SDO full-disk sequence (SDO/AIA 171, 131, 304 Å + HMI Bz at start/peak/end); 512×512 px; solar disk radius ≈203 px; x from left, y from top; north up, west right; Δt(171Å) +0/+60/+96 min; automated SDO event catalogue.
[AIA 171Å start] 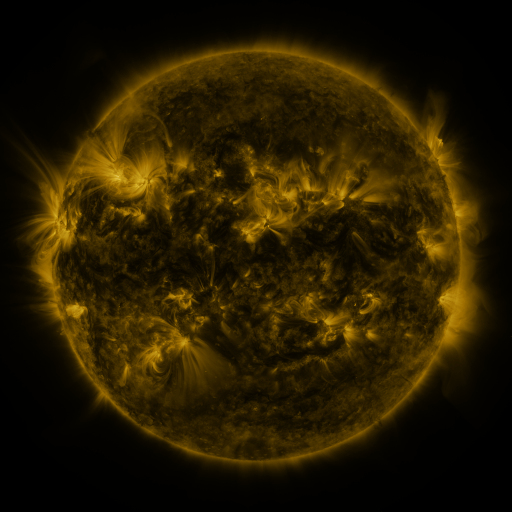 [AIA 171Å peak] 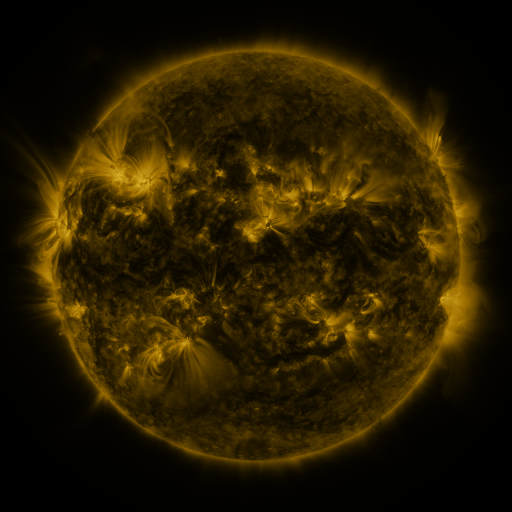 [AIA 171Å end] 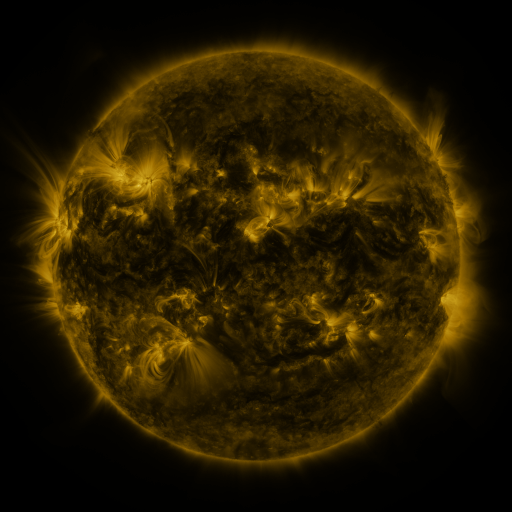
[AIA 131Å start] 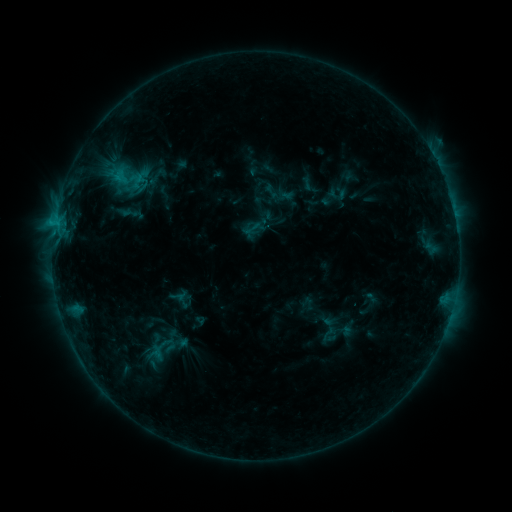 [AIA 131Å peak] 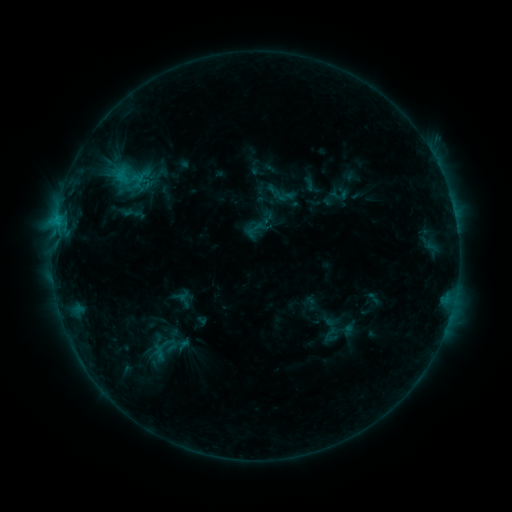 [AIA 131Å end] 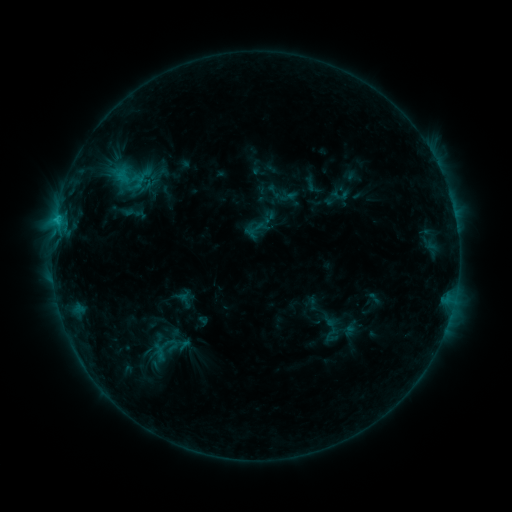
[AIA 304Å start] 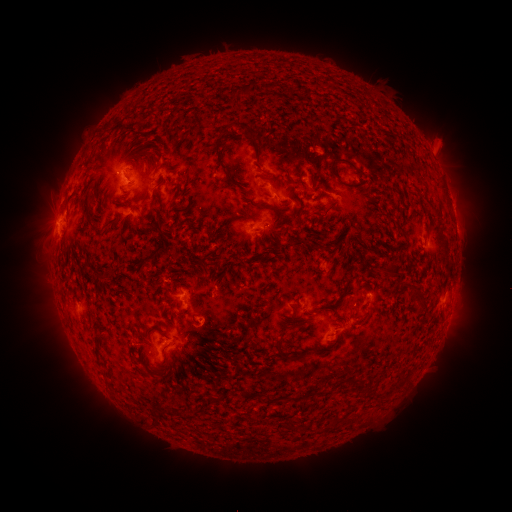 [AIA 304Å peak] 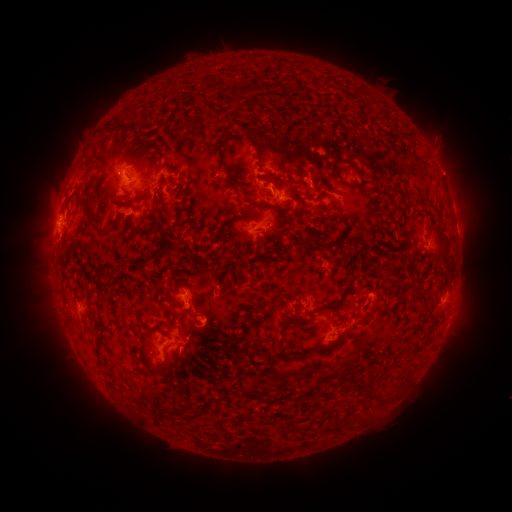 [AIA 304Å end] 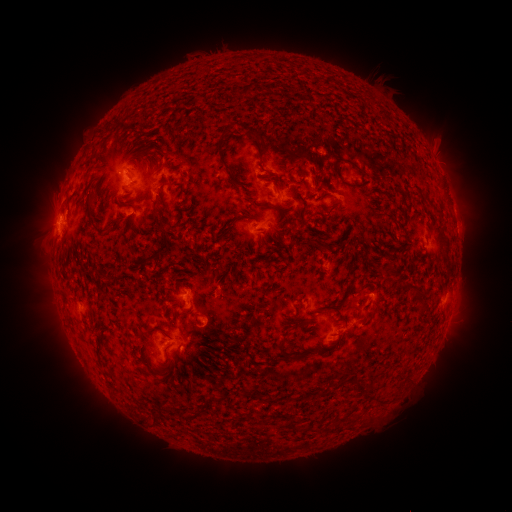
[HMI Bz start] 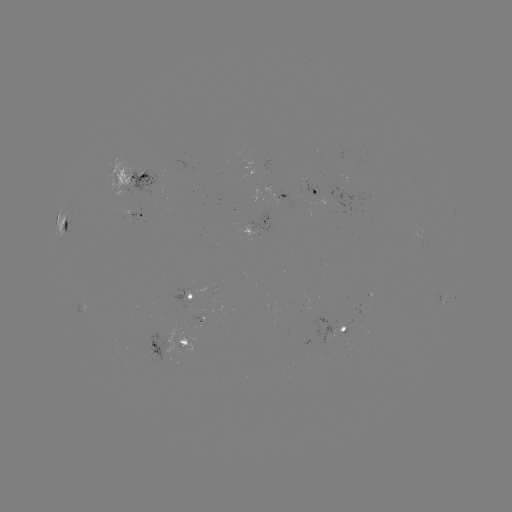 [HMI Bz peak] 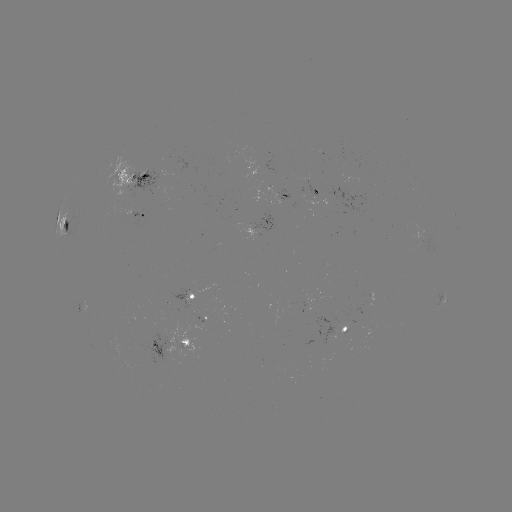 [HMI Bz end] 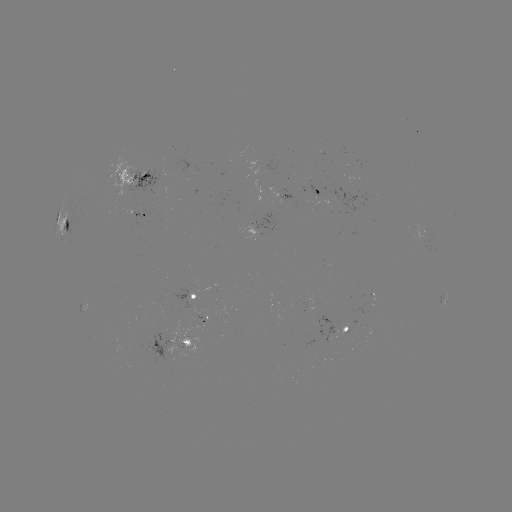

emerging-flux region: [193, 311, 215, 323]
